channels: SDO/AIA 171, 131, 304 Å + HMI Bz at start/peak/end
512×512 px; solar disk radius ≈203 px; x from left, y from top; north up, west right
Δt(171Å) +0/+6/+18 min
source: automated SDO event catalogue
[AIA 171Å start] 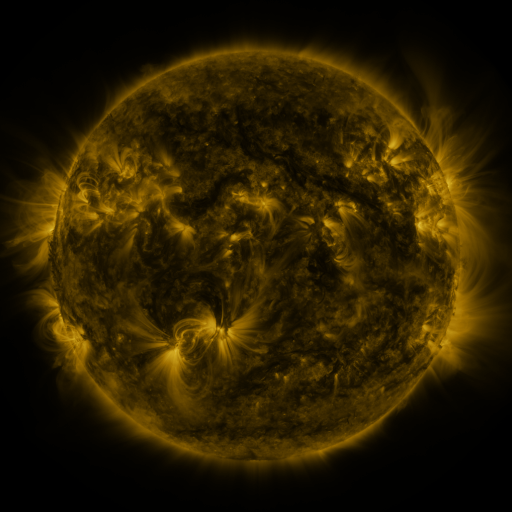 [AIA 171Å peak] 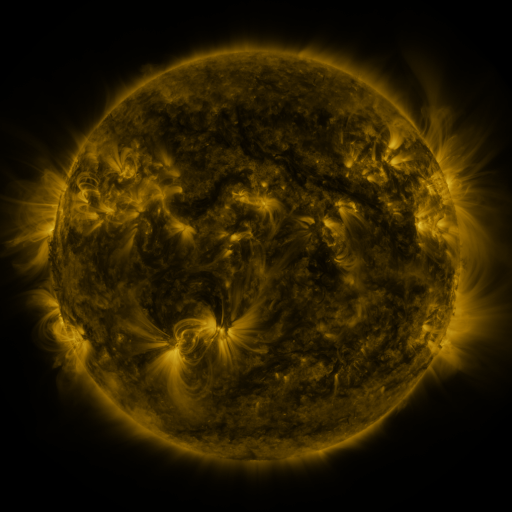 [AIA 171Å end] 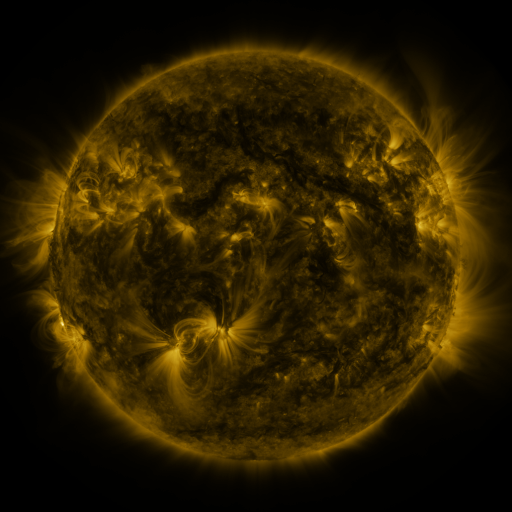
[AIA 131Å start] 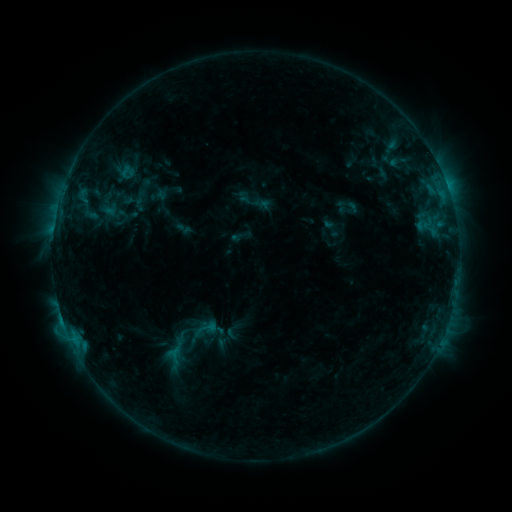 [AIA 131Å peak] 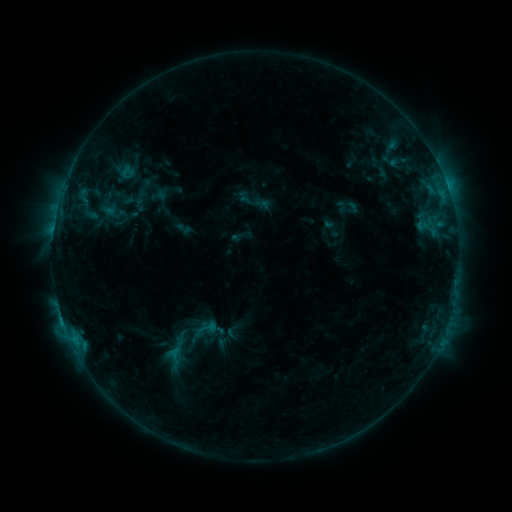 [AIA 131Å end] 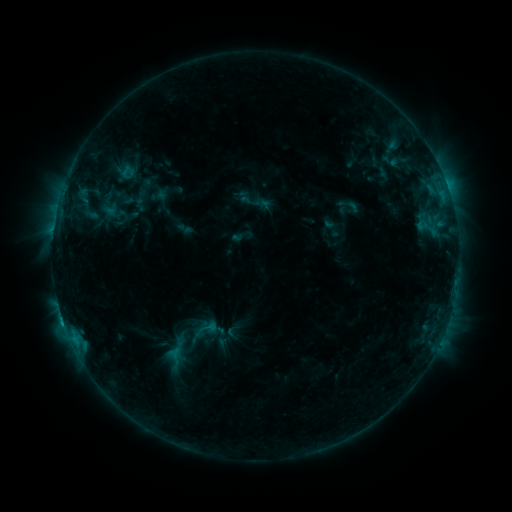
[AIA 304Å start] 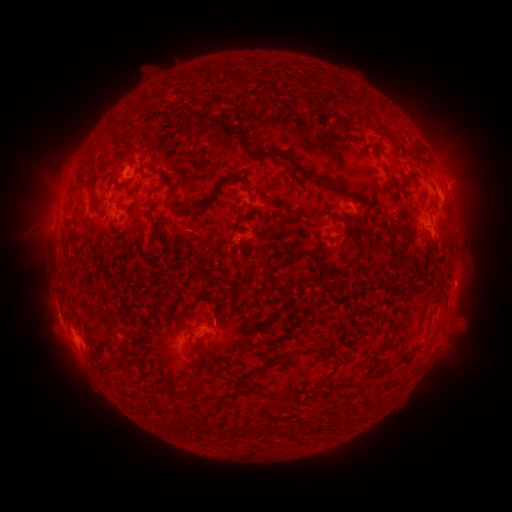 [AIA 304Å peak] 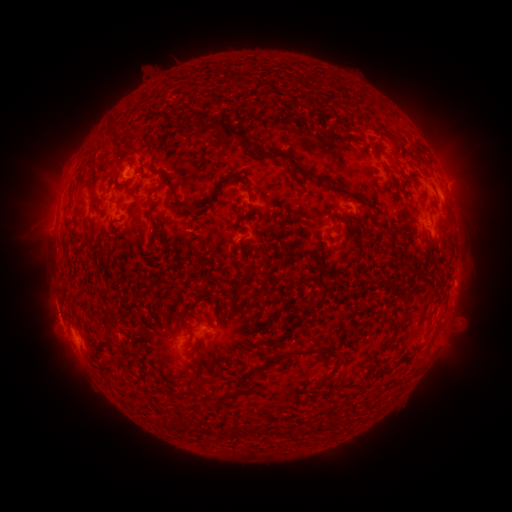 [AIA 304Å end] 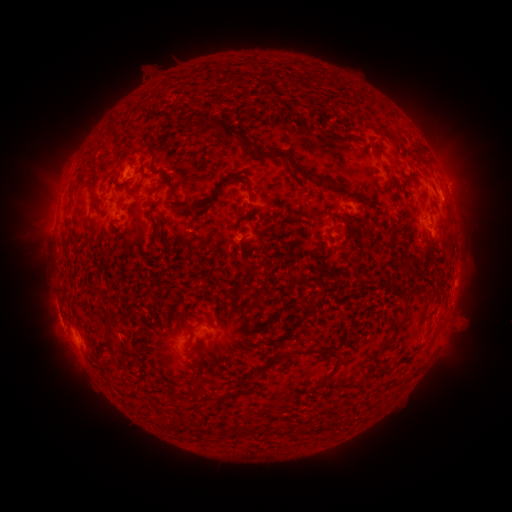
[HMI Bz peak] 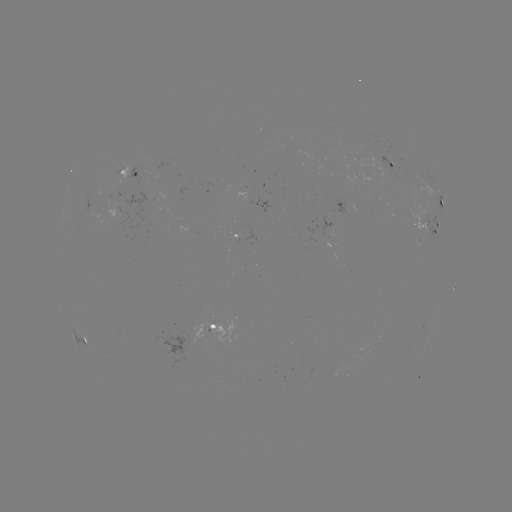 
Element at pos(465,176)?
eruption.